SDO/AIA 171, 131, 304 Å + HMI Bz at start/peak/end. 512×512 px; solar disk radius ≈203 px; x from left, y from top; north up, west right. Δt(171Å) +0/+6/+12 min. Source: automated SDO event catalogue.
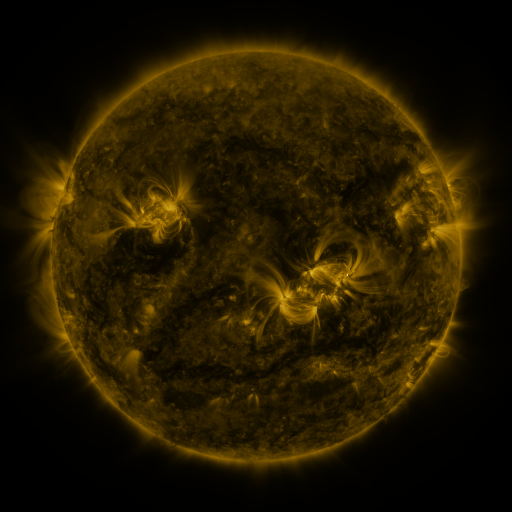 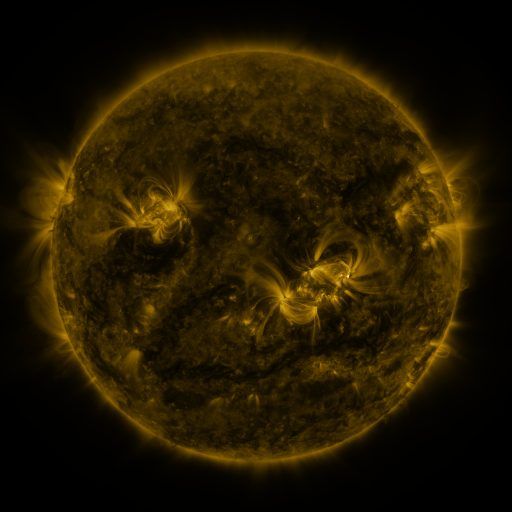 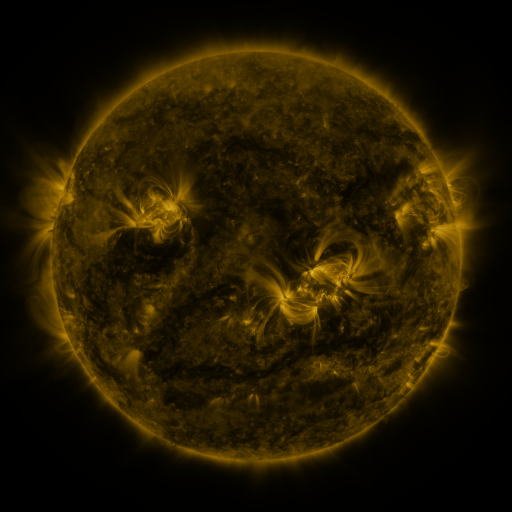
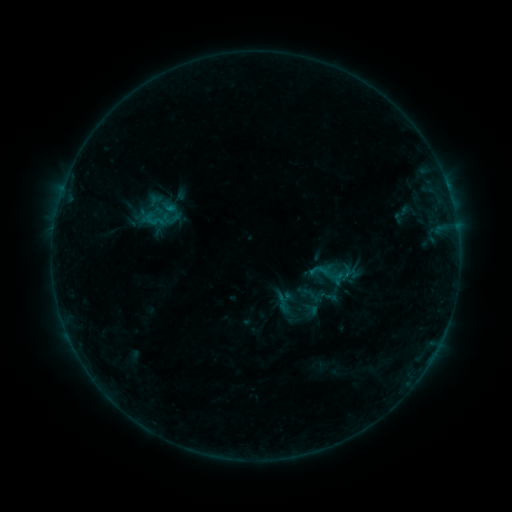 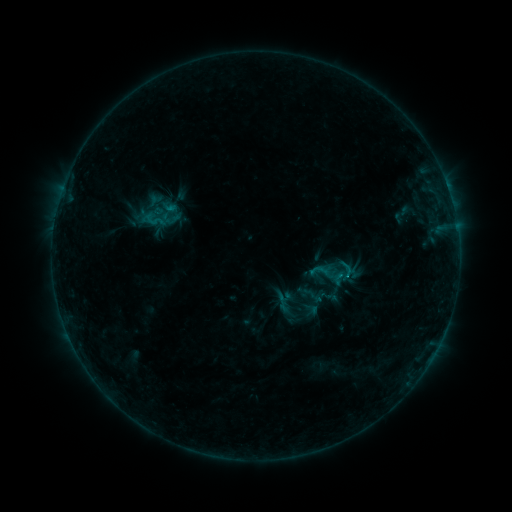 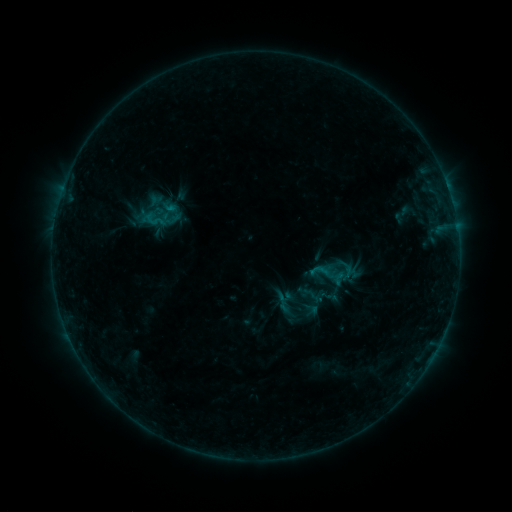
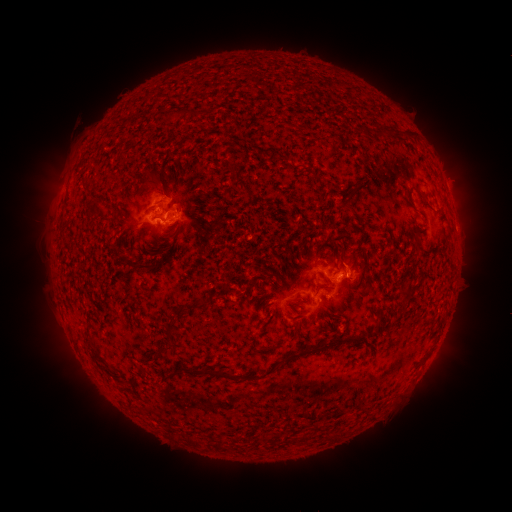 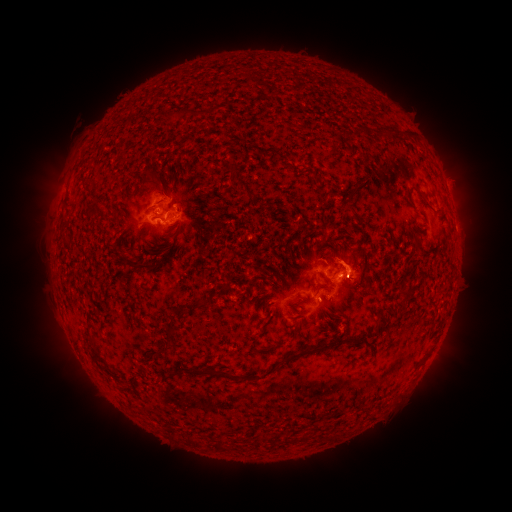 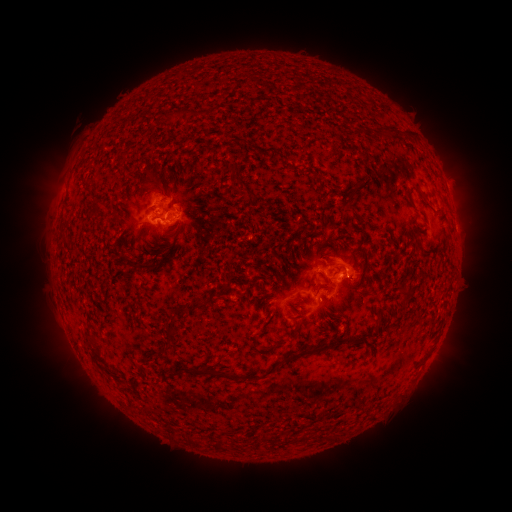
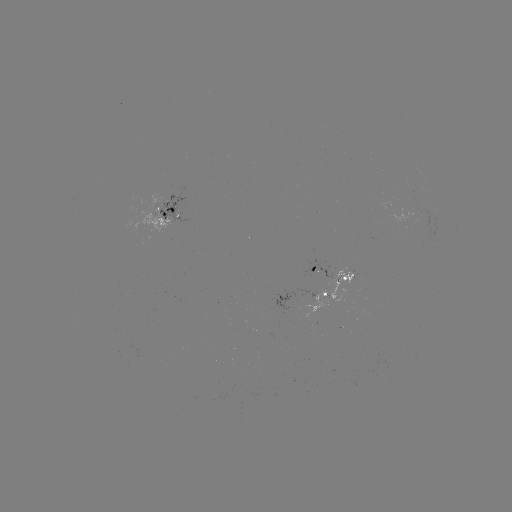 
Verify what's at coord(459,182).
eruption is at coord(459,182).